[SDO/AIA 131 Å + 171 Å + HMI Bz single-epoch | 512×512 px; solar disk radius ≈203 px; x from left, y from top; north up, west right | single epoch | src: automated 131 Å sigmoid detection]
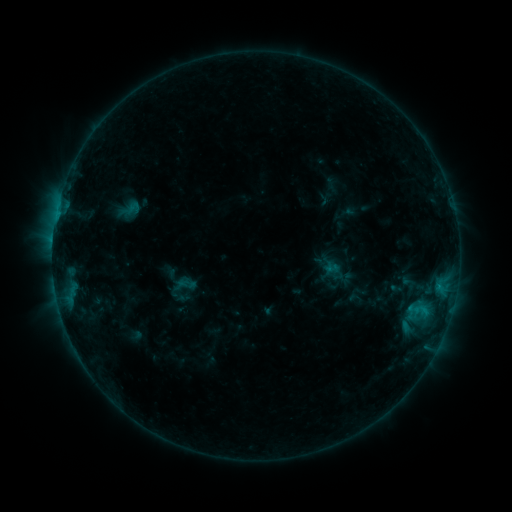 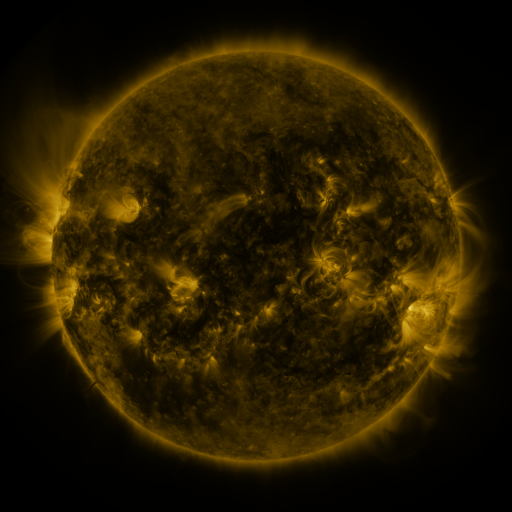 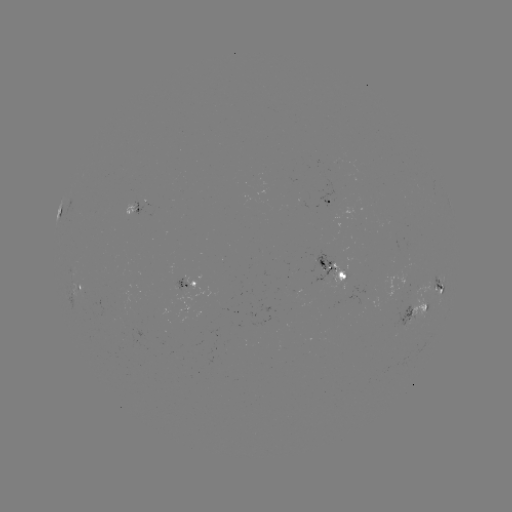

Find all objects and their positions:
sigmoid: (132, 208)
